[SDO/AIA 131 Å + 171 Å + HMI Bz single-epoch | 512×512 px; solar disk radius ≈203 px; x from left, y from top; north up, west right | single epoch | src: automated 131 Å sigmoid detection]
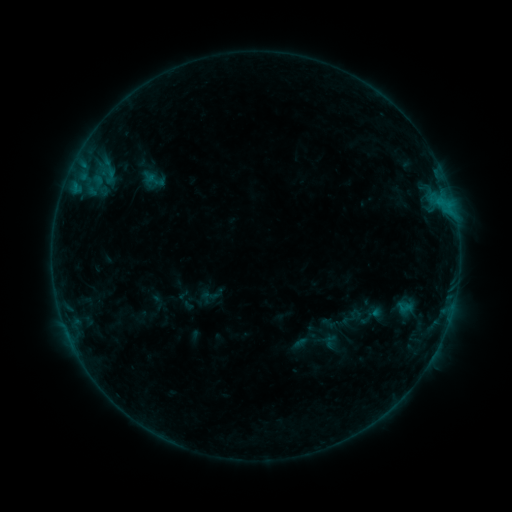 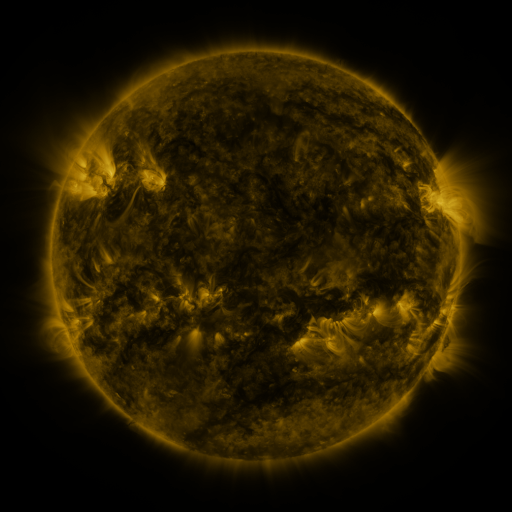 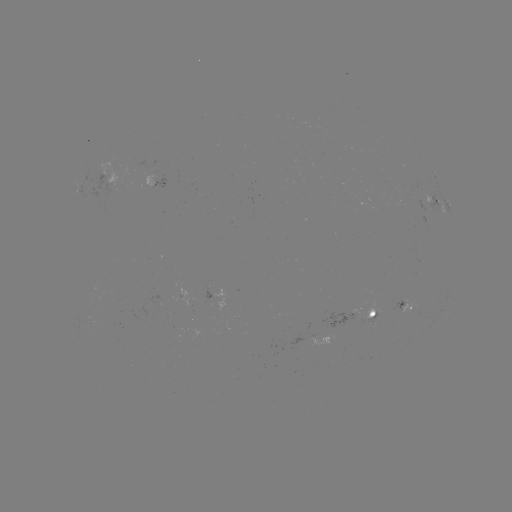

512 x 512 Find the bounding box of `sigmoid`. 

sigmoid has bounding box [200, 287, 219, 304].